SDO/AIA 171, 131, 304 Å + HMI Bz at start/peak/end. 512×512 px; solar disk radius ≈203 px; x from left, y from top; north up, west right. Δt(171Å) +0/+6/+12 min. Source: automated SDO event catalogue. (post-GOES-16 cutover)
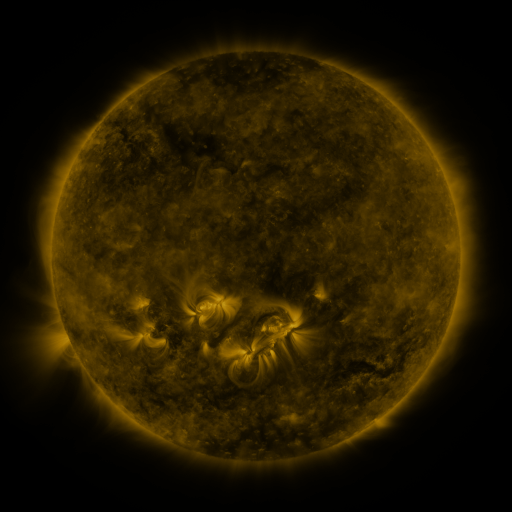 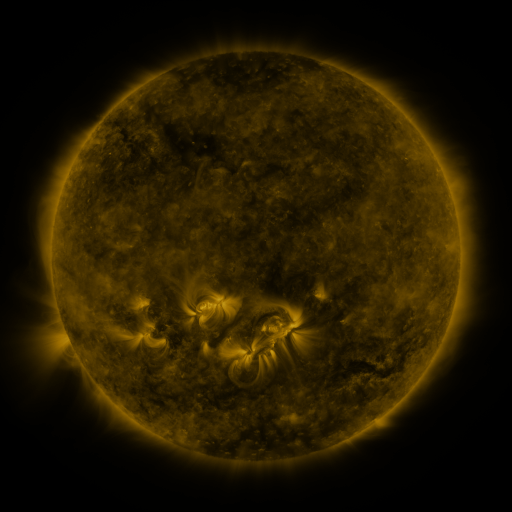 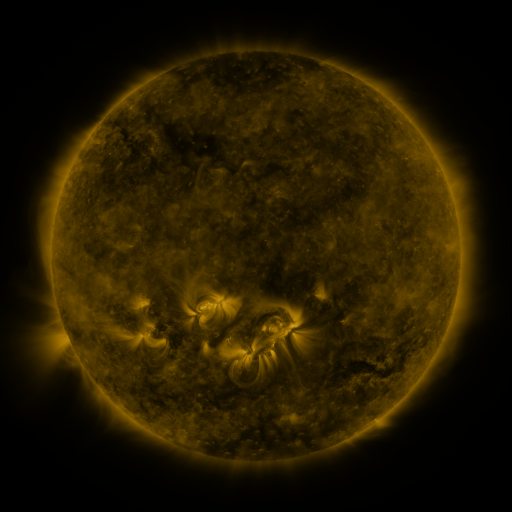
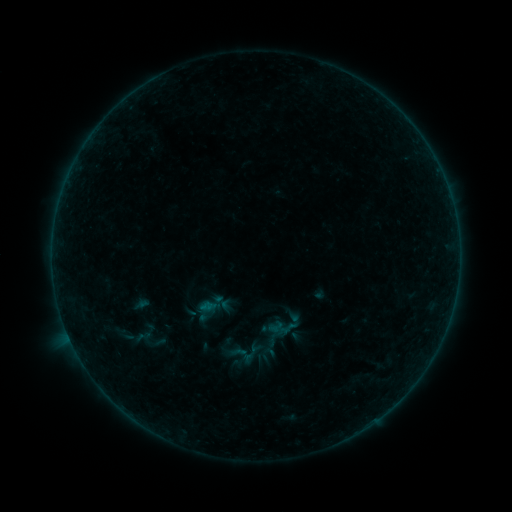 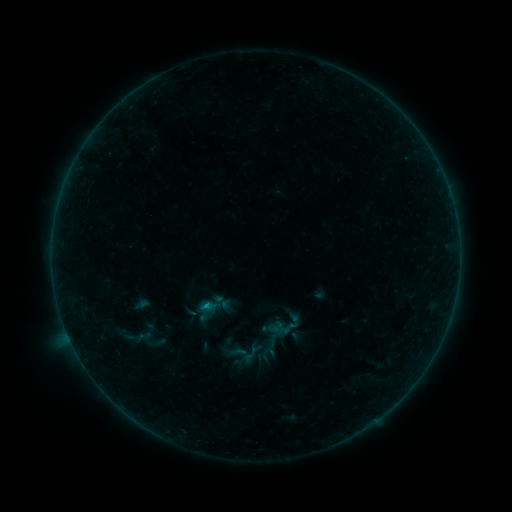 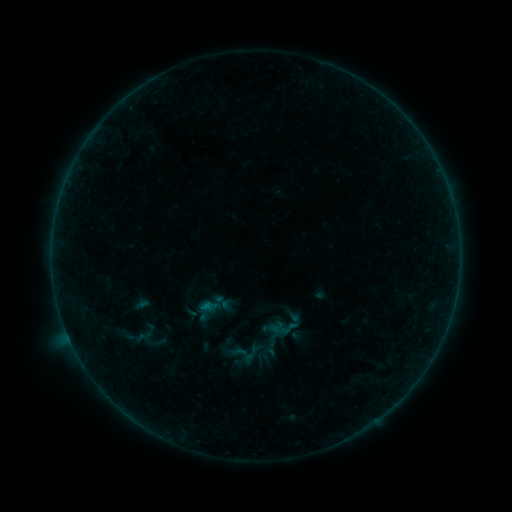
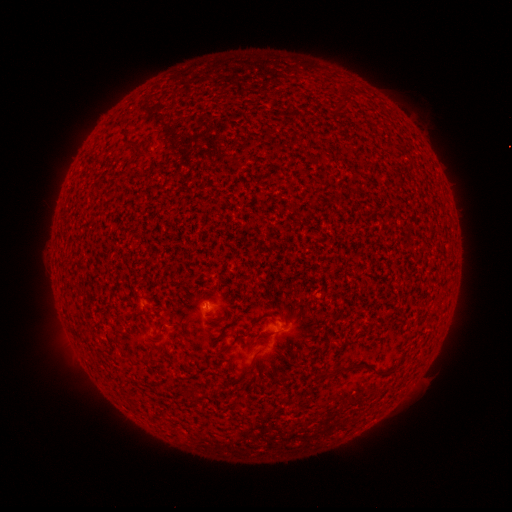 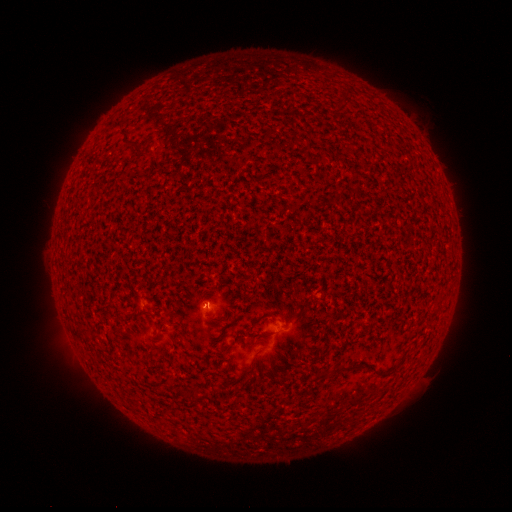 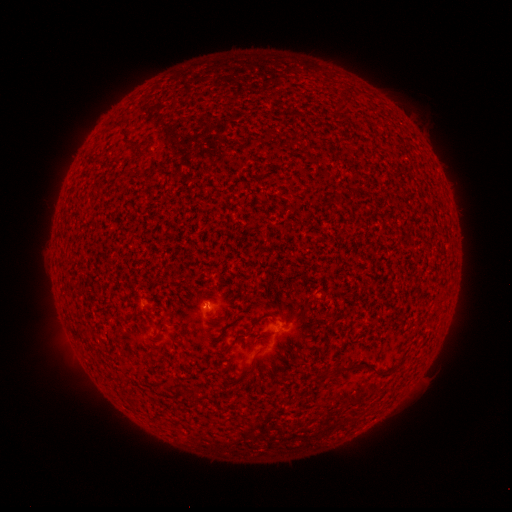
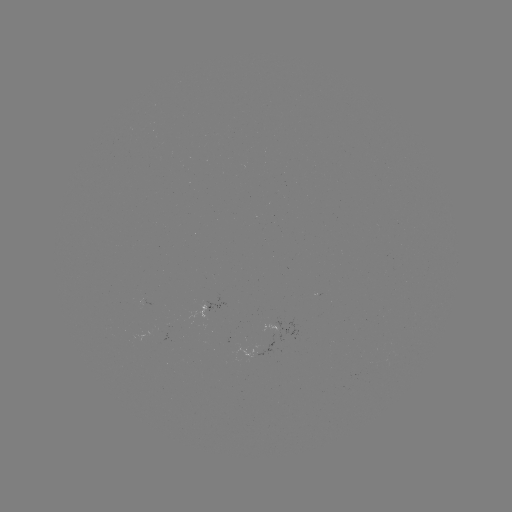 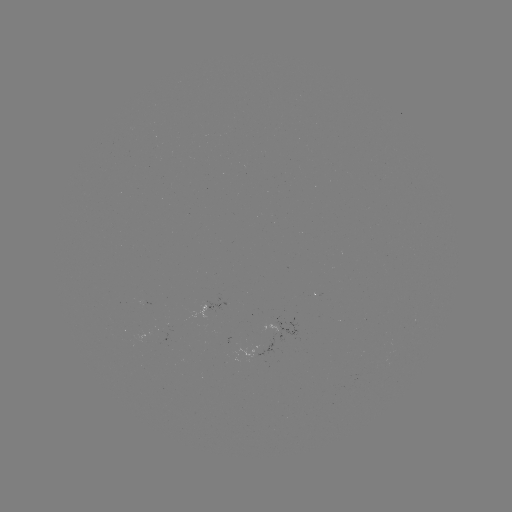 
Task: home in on B2.0 flare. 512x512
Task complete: [208, 304].